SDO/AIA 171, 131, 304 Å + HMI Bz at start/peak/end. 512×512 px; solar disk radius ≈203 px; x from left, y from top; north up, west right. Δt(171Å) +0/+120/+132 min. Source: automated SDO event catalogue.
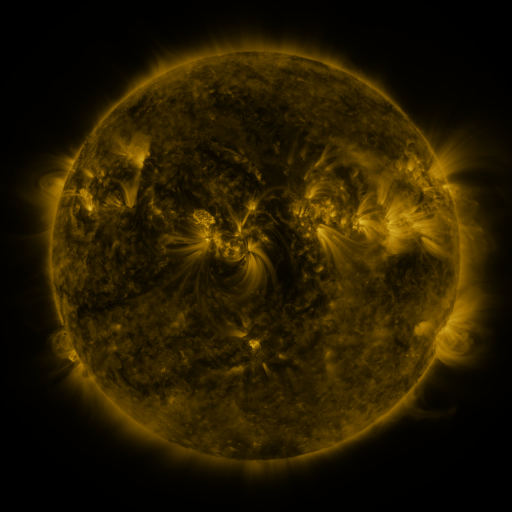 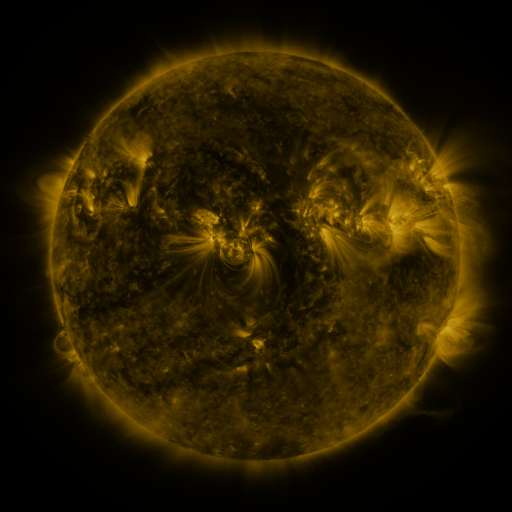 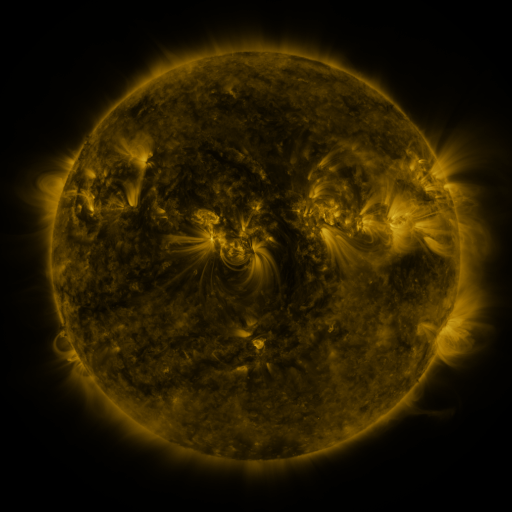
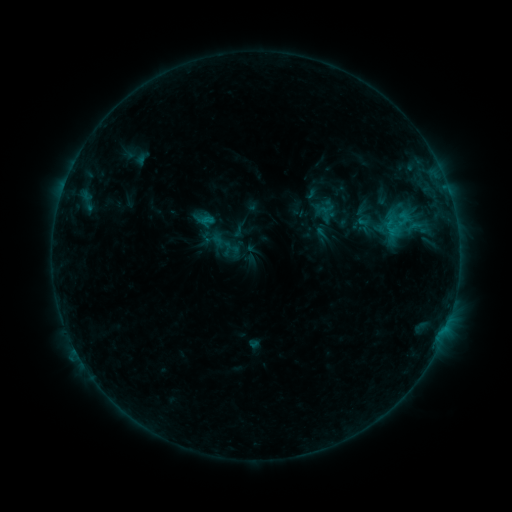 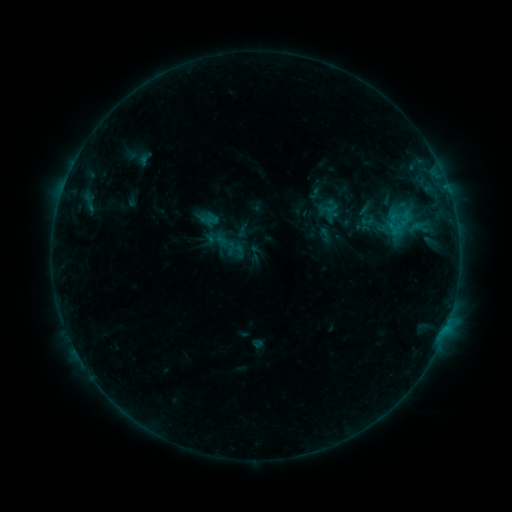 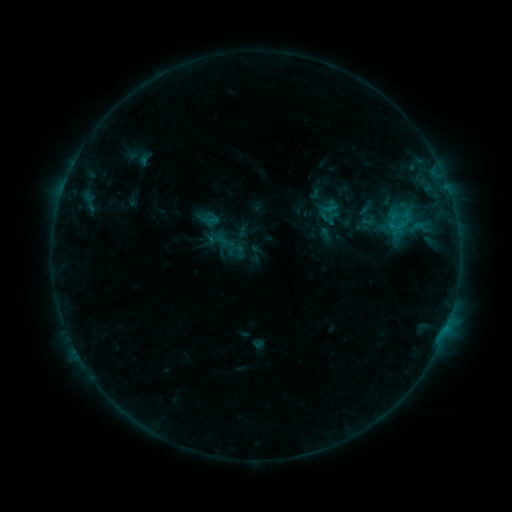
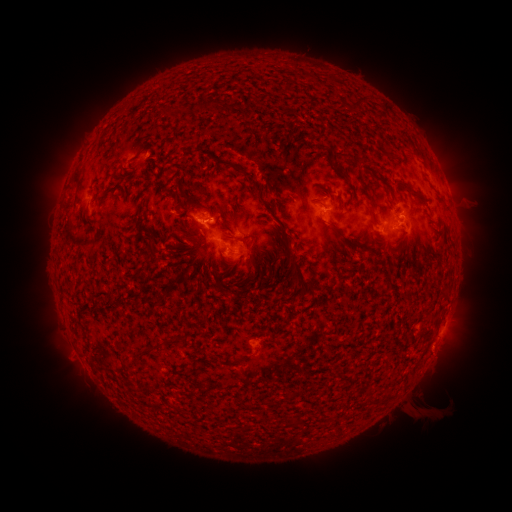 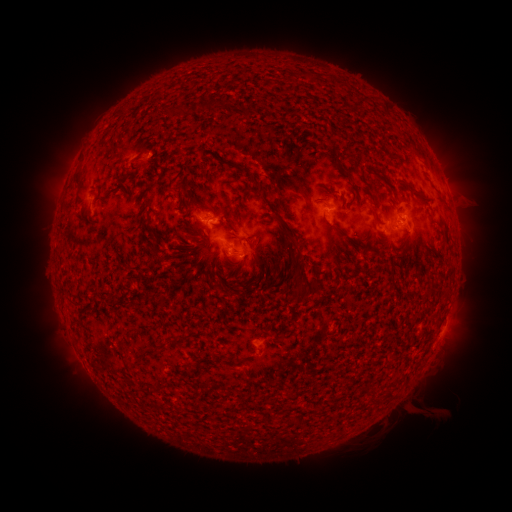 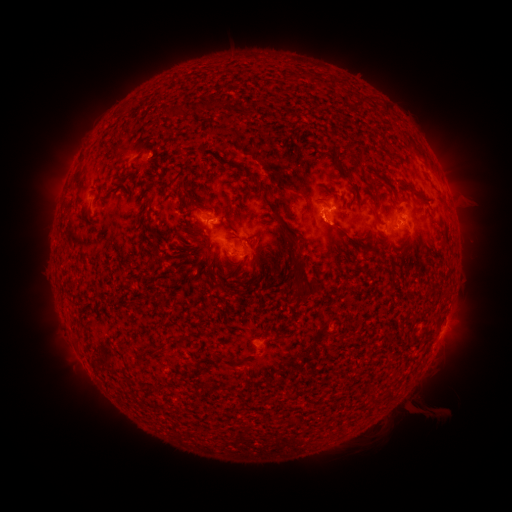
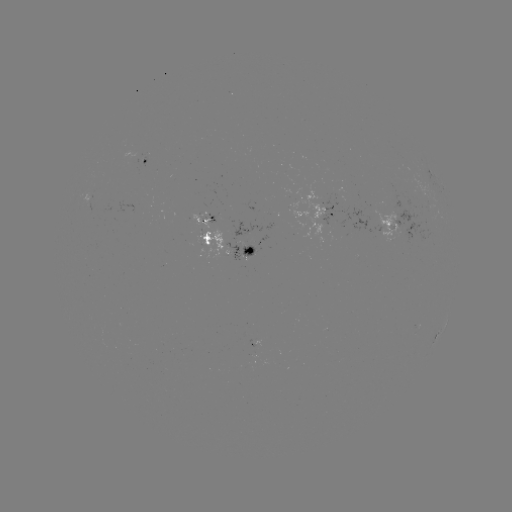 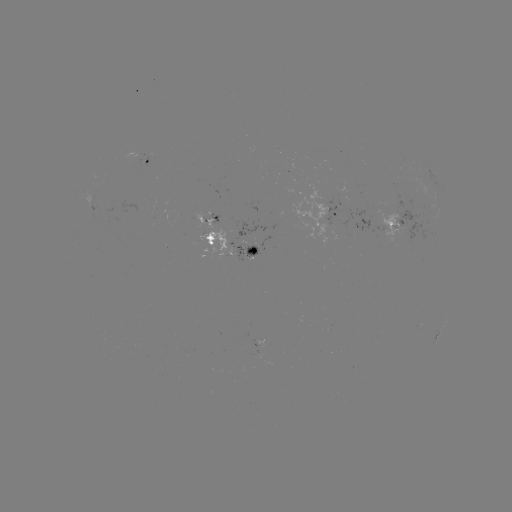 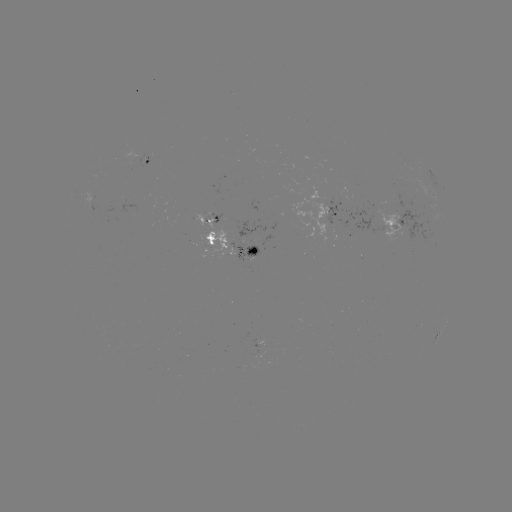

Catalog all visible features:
emerging-flux region: (91, 199)
